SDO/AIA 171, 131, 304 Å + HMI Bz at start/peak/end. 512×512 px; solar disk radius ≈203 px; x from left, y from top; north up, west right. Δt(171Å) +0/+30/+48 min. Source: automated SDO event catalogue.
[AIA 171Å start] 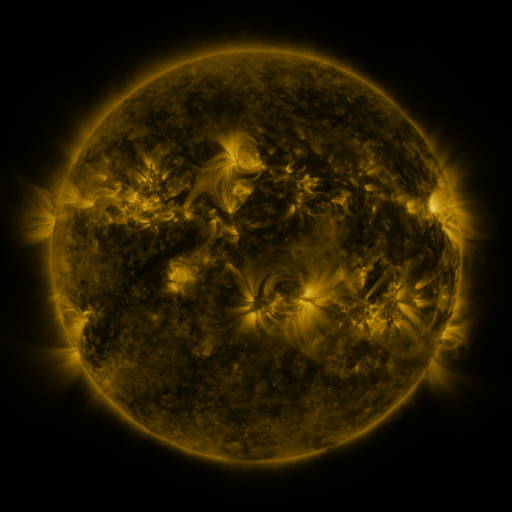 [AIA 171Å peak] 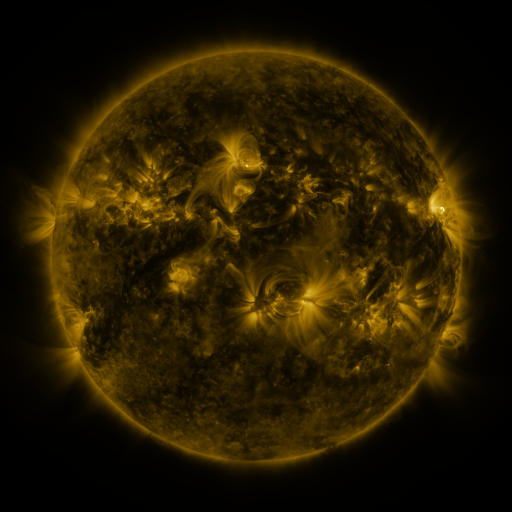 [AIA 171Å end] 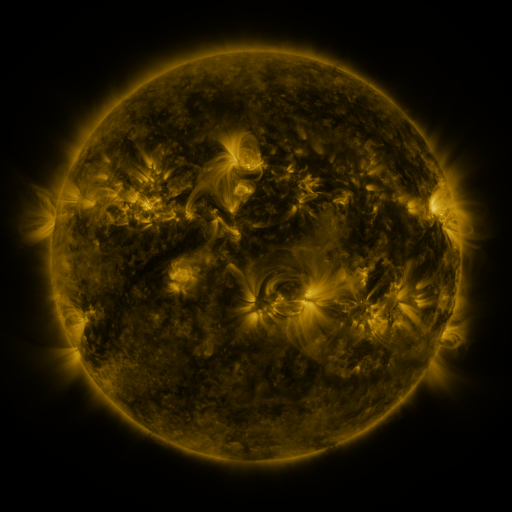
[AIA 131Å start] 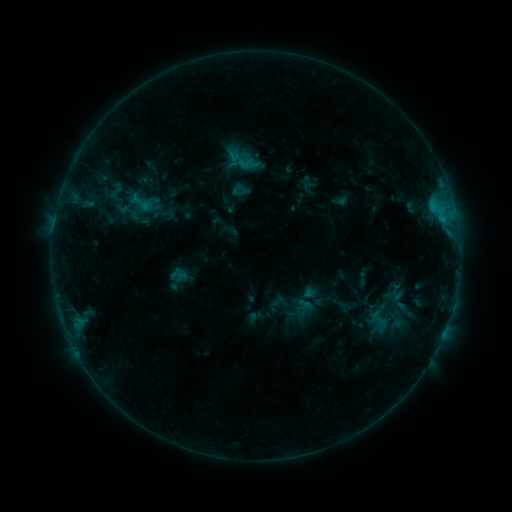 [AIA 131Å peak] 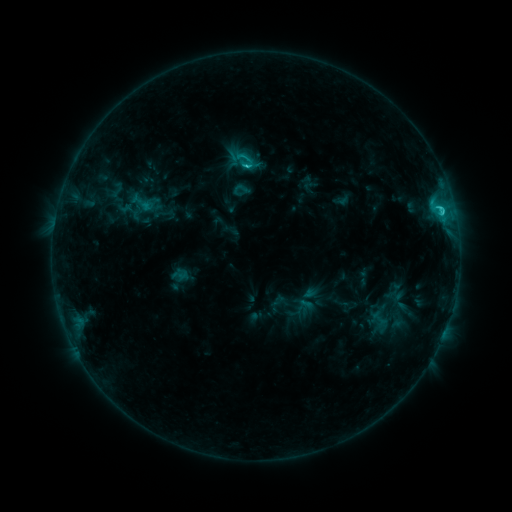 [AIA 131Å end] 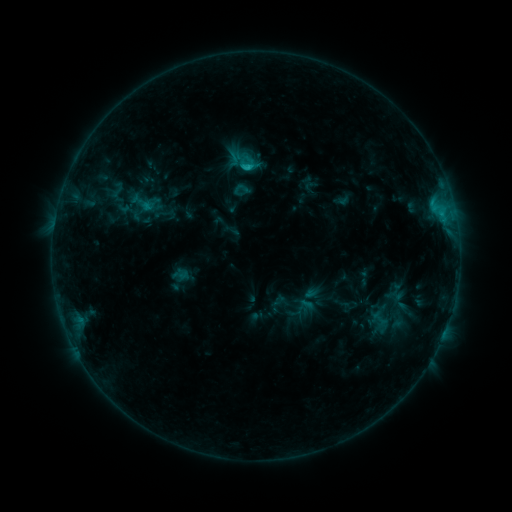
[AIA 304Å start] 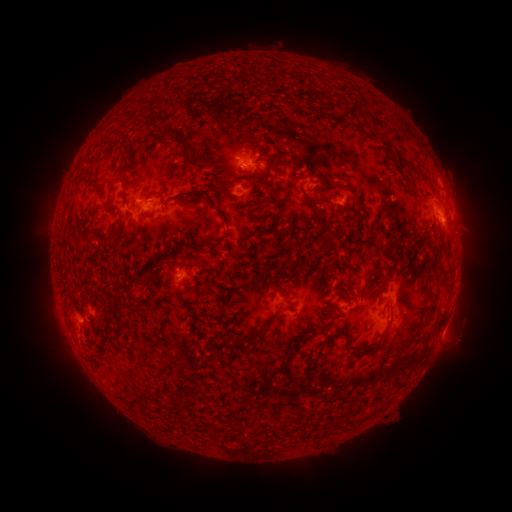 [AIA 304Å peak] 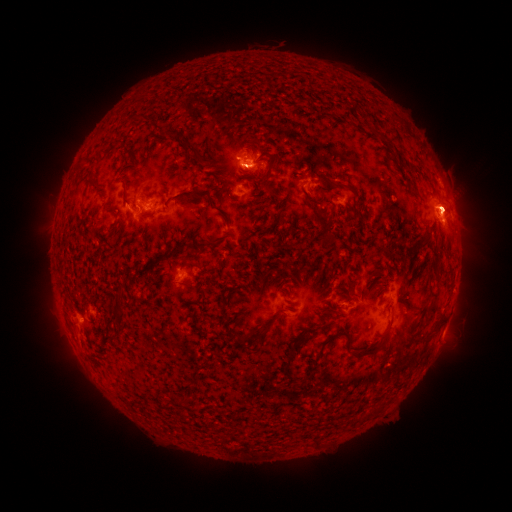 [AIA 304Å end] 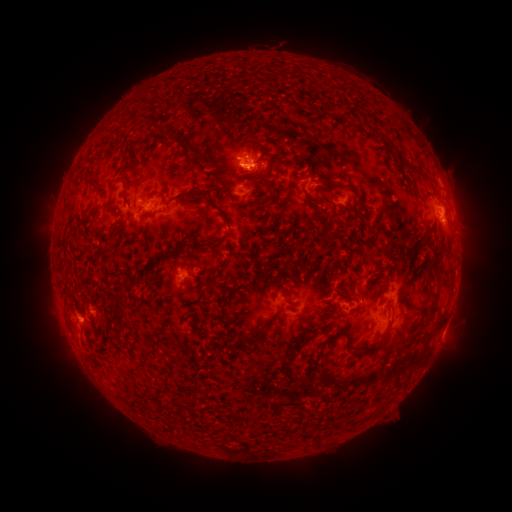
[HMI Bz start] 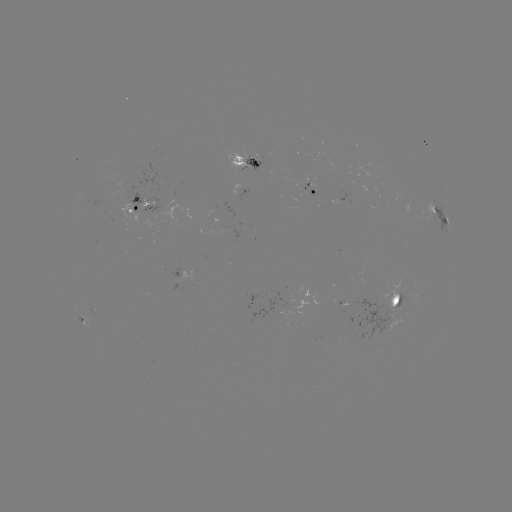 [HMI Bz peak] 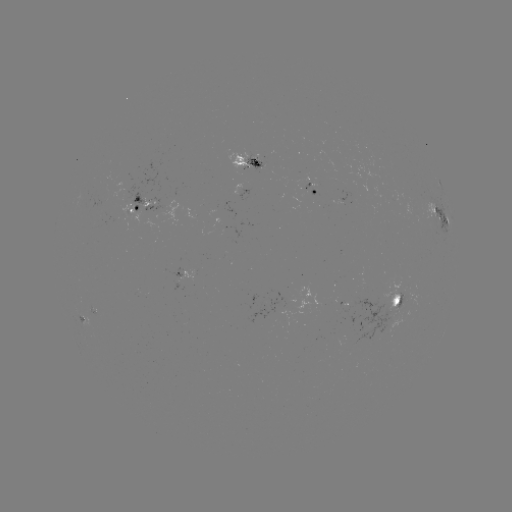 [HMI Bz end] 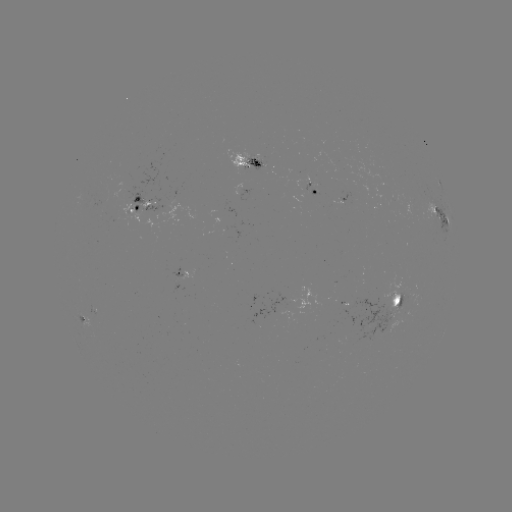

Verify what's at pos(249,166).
C2.9 flare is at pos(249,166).